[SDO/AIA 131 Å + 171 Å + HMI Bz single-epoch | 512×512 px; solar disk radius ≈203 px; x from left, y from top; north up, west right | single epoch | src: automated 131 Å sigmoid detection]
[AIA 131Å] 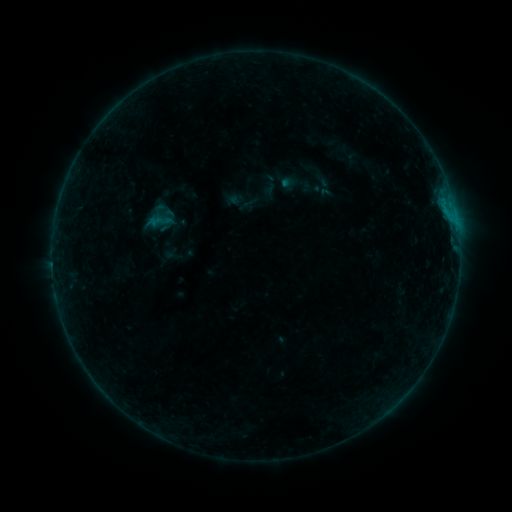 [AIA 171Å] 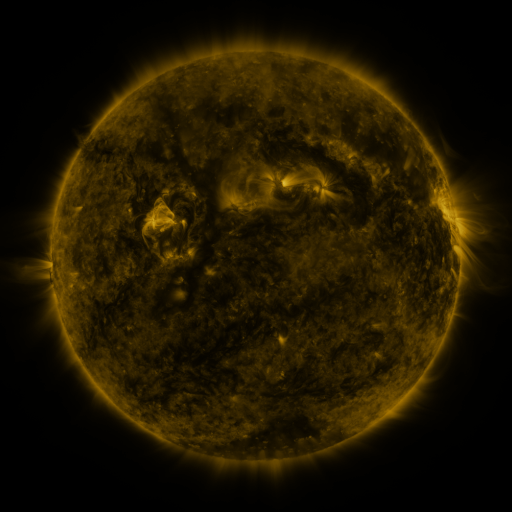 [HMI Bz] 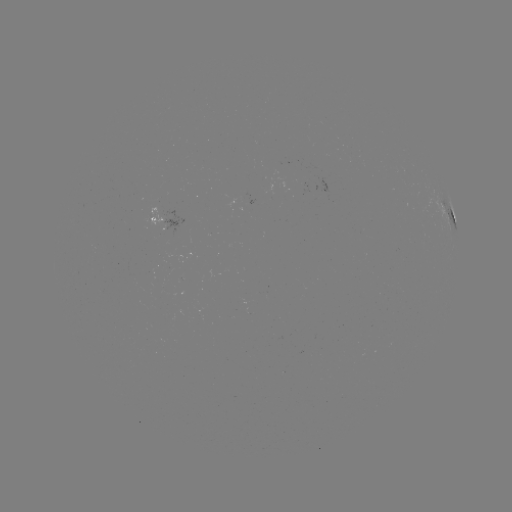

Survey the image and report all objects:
sigmoid: (150, 211, 170, 231)
